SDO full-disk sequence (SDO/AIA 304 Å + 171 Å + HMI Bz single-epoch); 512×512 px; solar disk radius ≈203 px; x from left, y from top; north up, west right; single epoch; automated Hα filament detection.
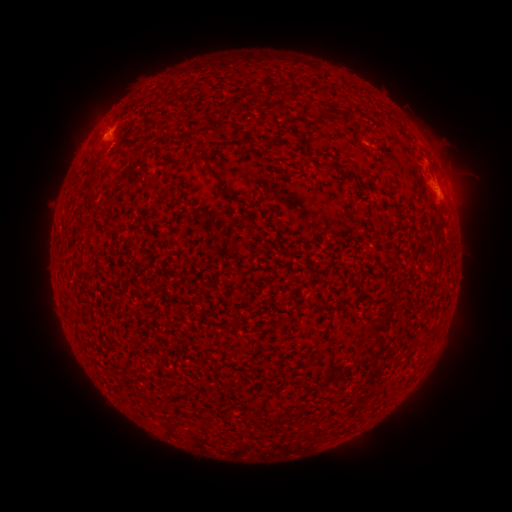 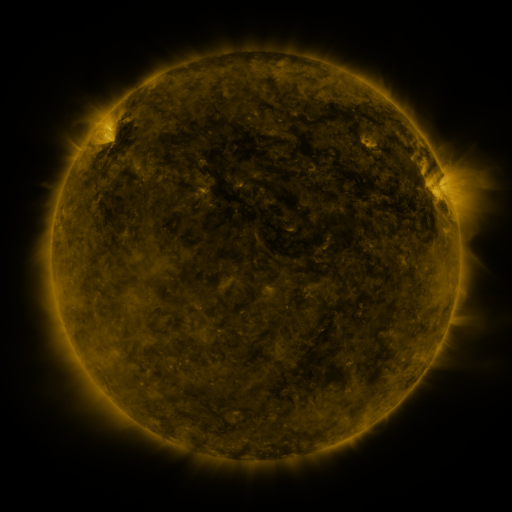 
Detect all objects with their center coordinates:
filament: [334, 108, 342, 119]
filament: [318, 109, 331, 123]
filament: [346, 111, 357, 119]
filament: [180, 127, 208, 142]
filament: [195, 154, 220, 178]
filament: [328, 164, 344, 173]
filament: [87, 195, 96, 204]
filament: [252, 411, 259, 422]
